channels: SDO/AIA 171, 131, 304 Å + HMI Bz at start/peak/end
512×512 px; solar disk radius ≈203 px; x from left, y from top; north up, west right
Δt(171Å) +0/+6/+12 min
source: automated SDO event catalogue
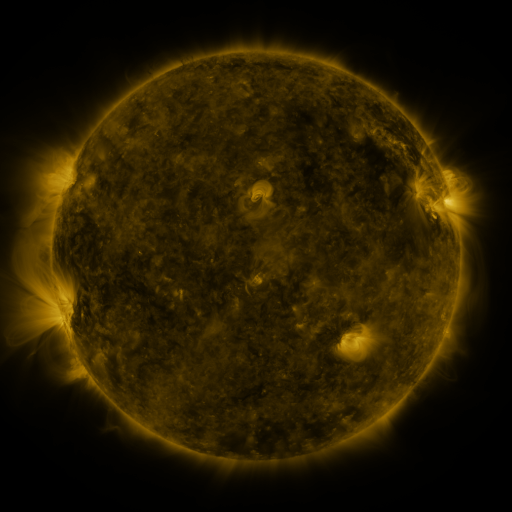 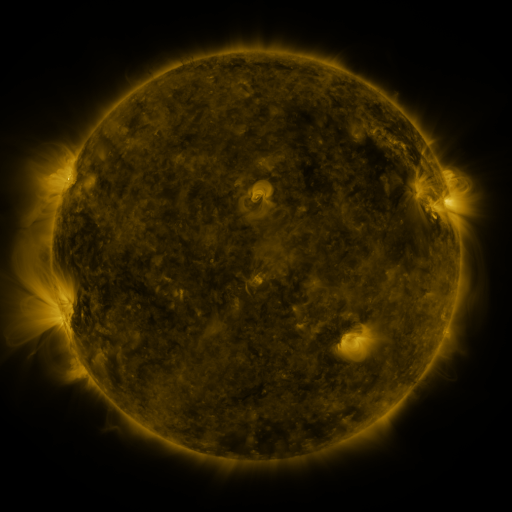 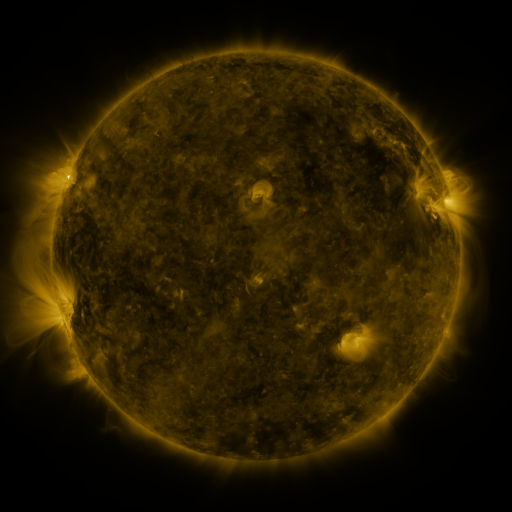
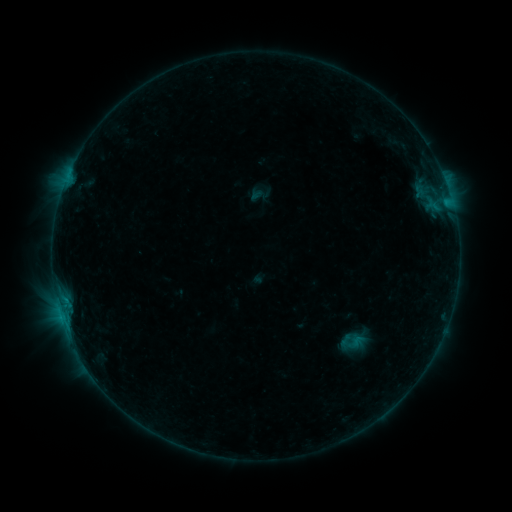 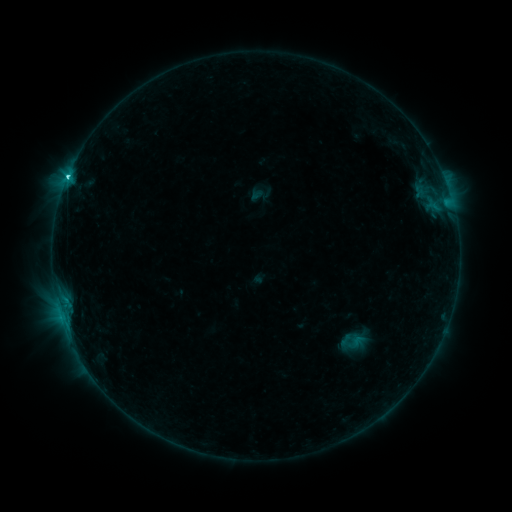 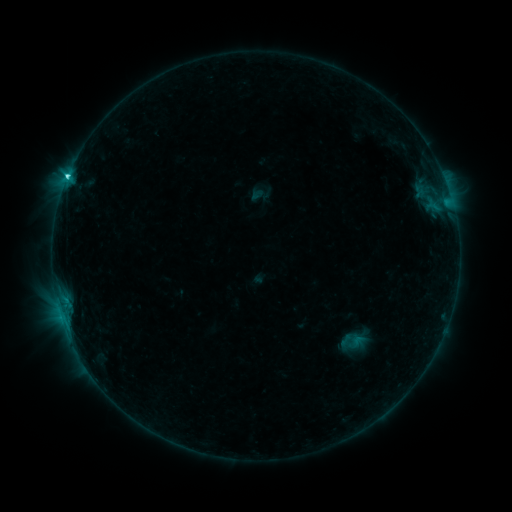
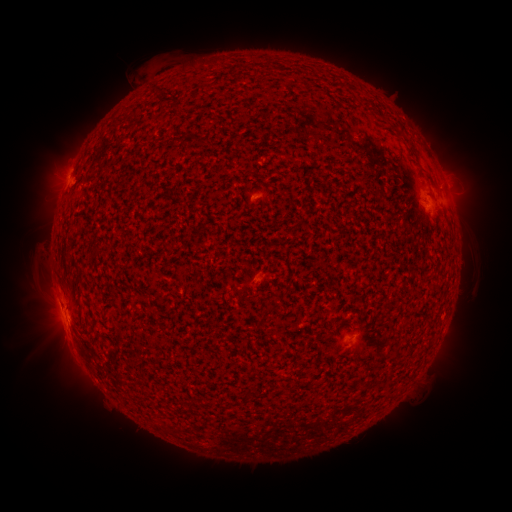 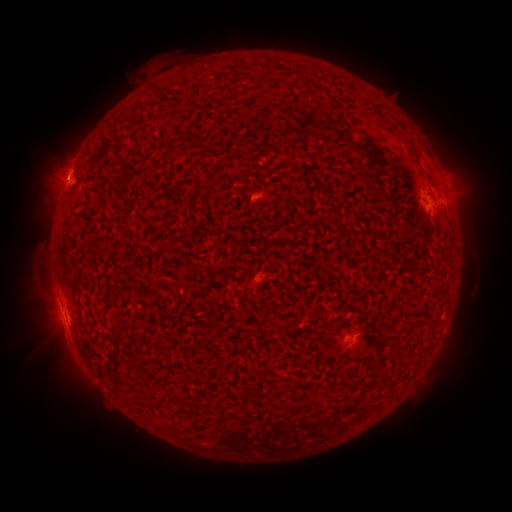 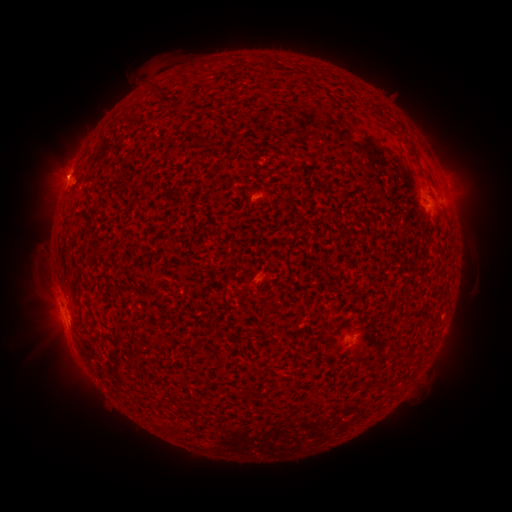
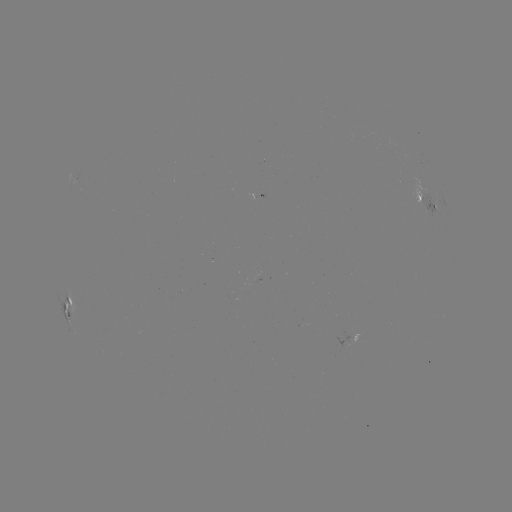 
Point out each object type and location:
C2.5 flare: (63, 320)
